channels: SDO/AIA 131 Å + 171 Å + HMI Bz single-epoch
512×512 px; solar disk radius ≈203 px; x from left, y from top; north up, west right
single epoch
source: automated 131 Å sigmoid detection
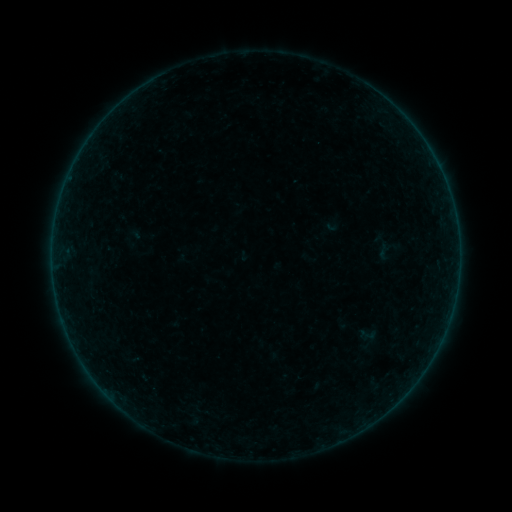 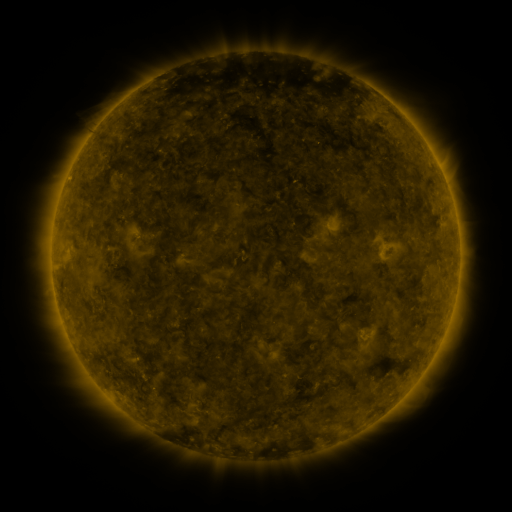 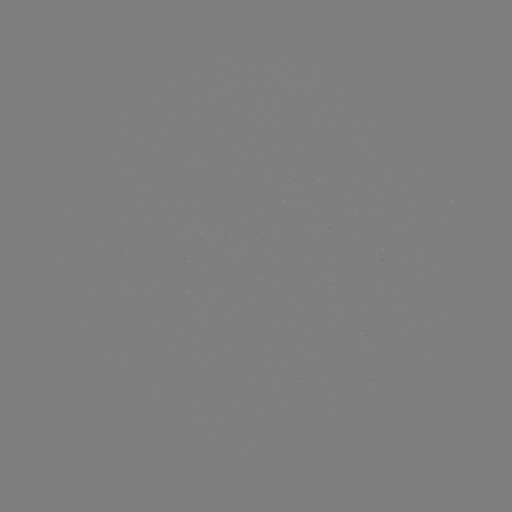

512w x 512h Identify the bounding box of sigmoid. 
[375, 243, 395, 261].